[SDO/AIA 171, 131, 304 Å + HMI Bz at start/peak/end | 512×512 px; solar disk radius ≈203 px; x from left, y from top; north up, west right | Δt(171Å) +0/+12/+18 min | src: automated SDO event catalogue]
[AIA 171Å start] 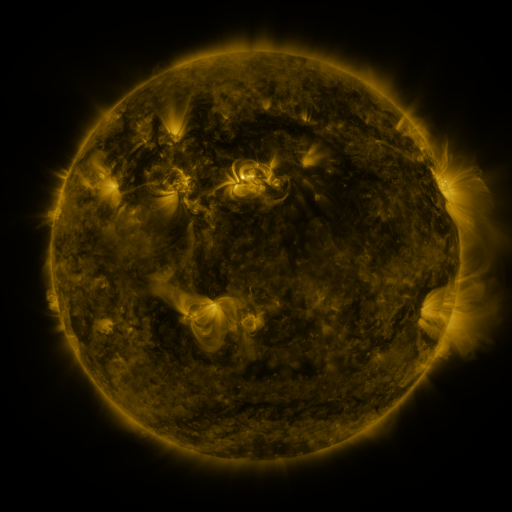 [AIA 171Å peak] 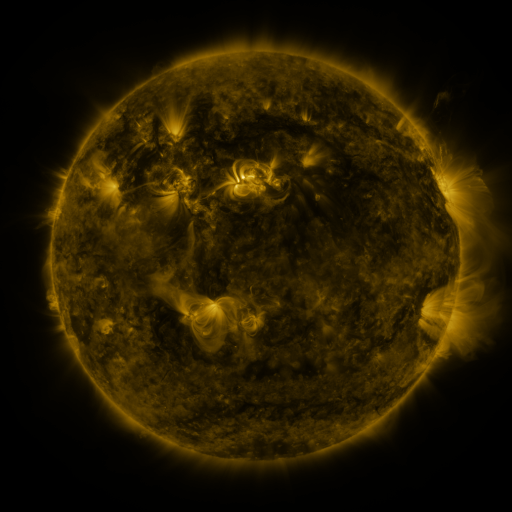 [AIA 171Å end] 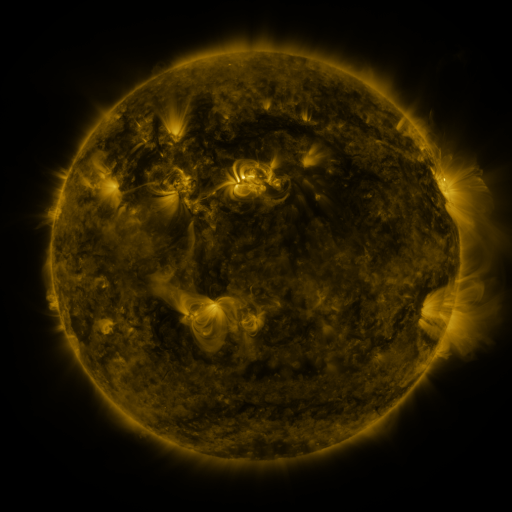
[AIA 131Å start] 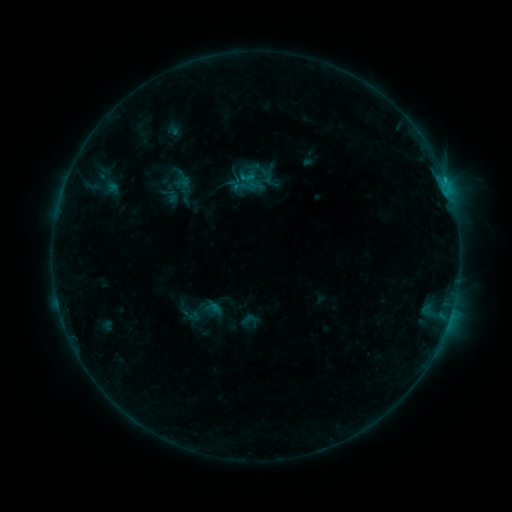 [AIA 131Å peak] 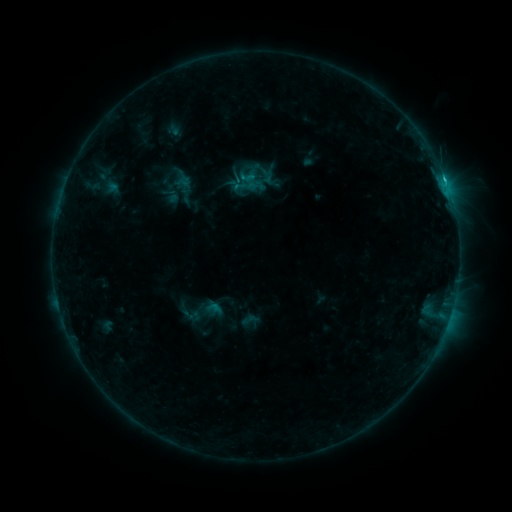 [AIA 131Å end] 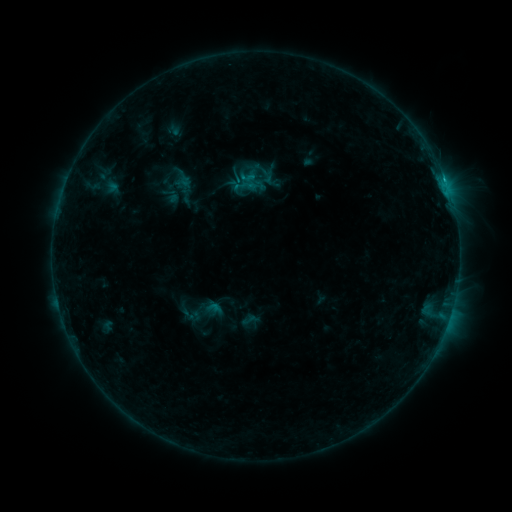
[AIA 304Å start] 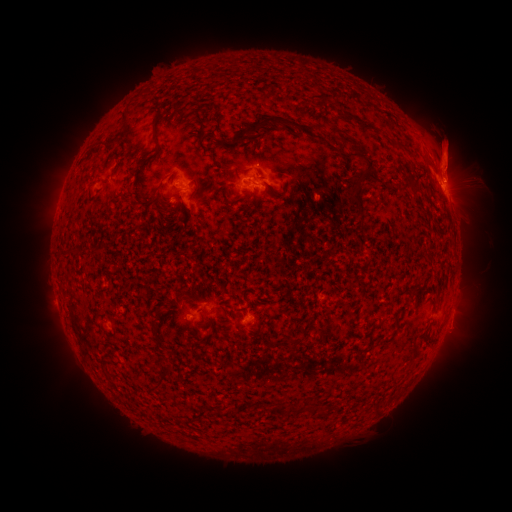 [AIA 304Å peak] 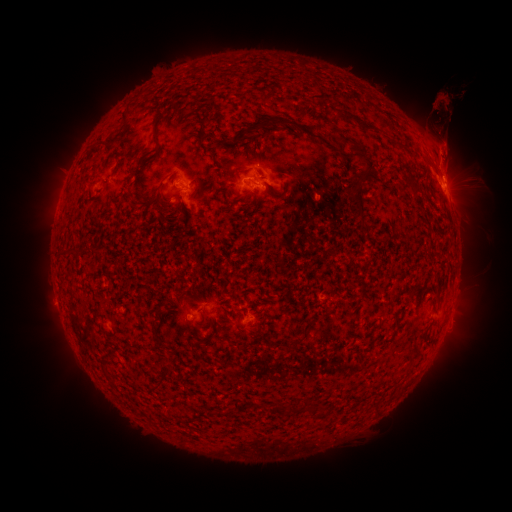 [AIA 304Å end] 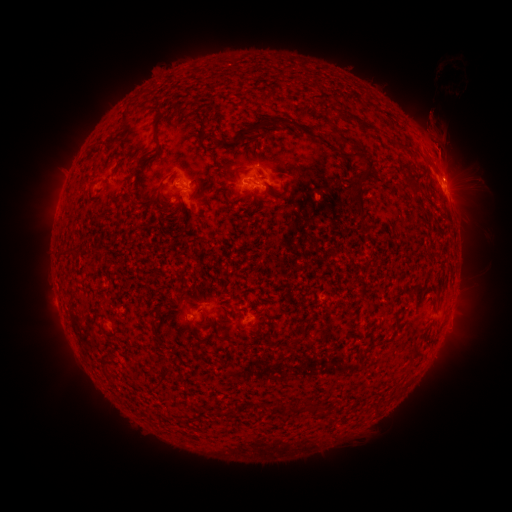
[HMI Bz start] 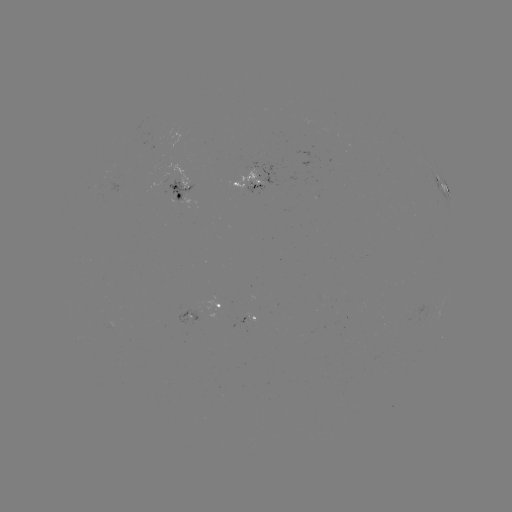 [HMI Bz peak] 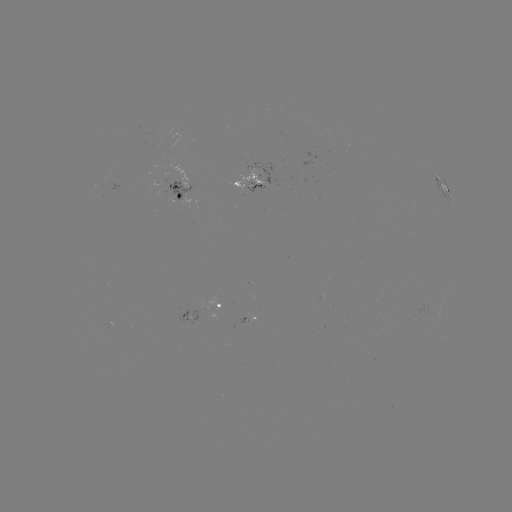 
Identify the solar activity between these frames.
C1.1 flare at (445, 182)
